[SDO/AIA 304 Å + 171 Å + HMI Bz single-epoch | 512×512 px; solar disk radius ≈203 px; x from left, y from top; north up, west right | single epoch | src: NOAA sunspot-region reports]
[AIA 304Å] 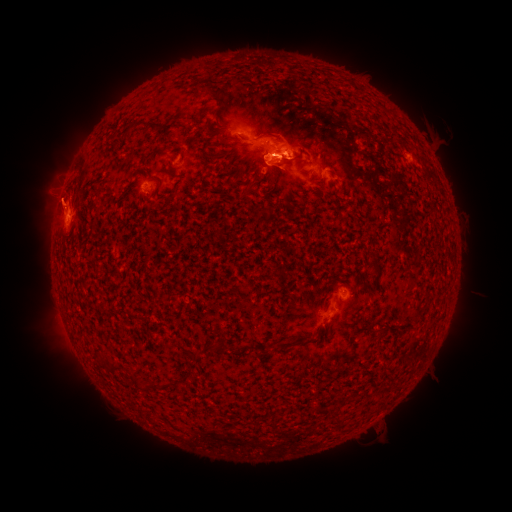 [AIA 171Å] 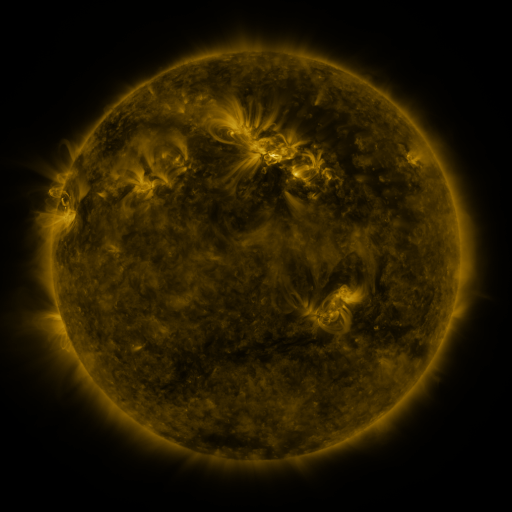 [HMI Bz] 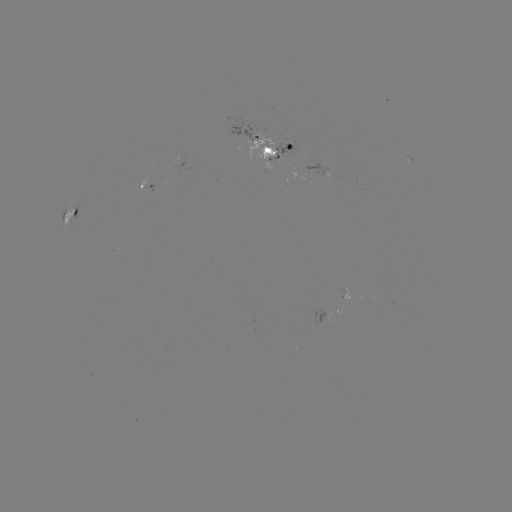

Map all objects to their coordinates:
(none)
